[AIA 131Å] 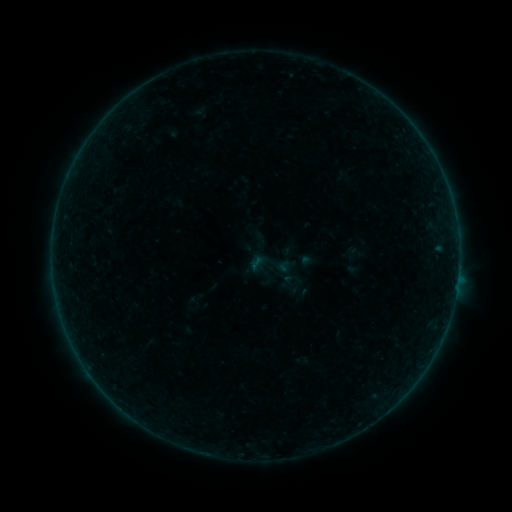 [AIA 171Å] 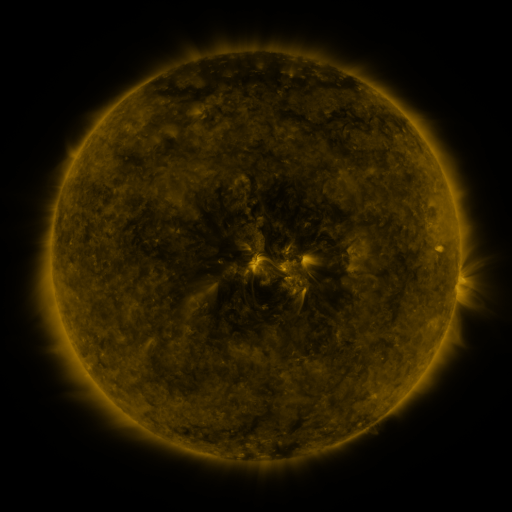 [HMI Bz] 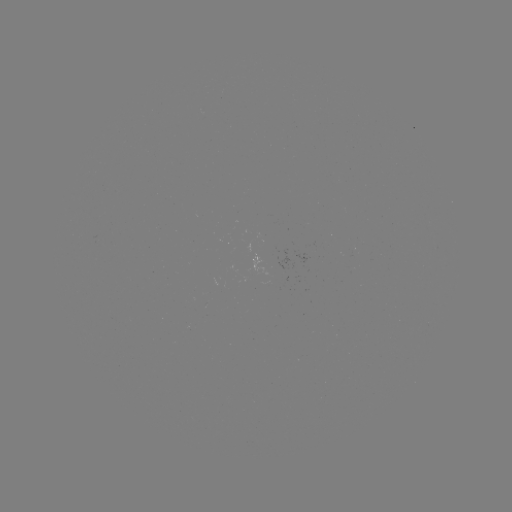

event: sigmoid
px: (268, 265)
